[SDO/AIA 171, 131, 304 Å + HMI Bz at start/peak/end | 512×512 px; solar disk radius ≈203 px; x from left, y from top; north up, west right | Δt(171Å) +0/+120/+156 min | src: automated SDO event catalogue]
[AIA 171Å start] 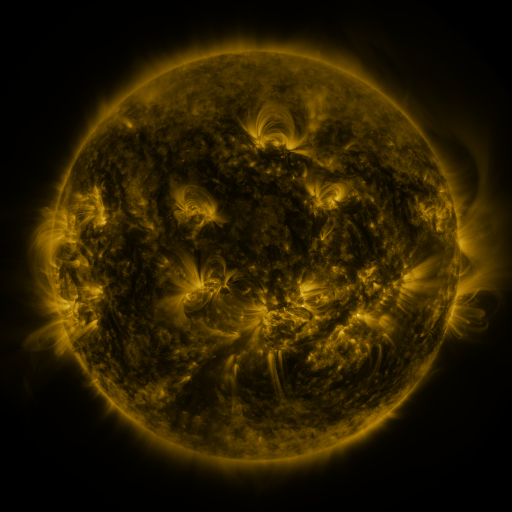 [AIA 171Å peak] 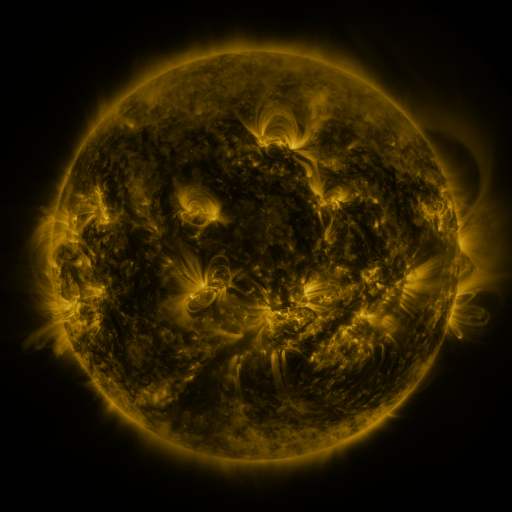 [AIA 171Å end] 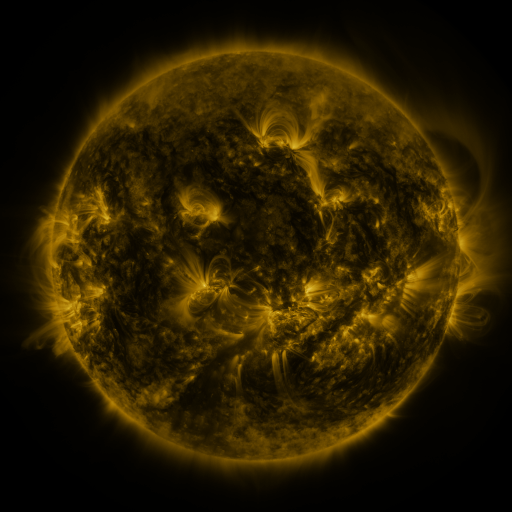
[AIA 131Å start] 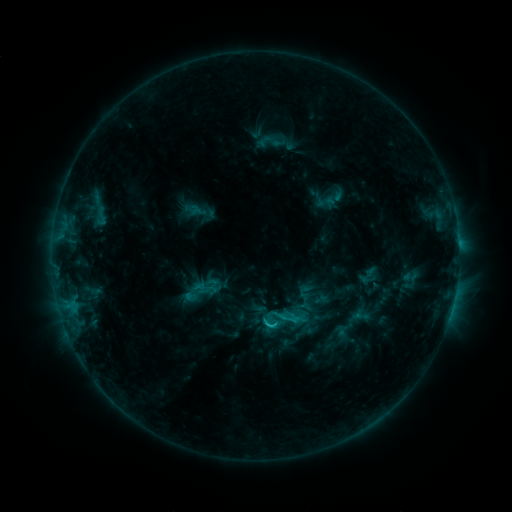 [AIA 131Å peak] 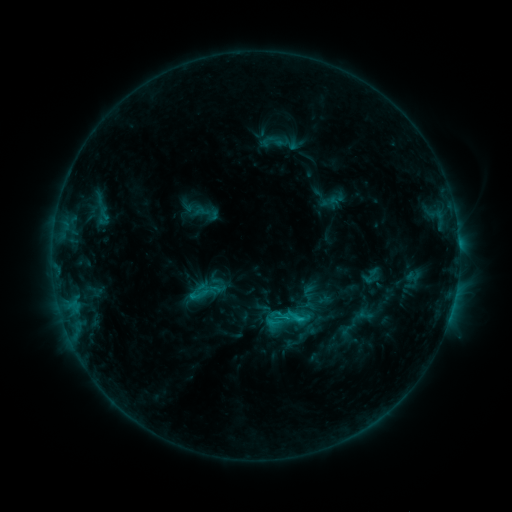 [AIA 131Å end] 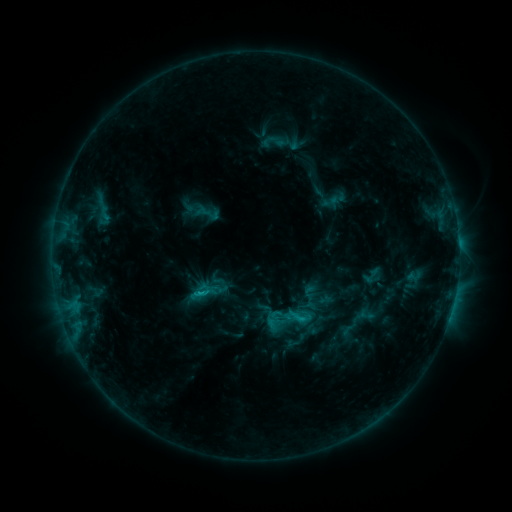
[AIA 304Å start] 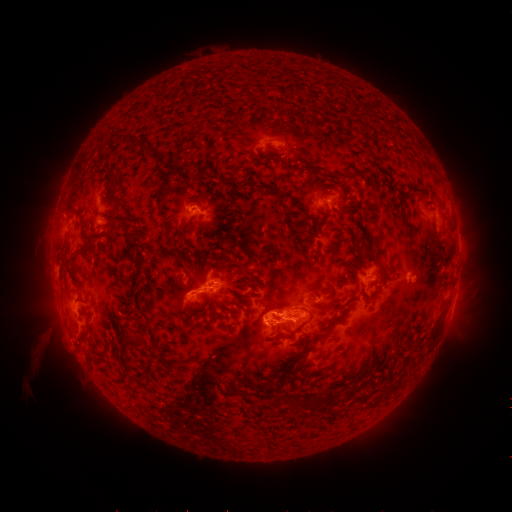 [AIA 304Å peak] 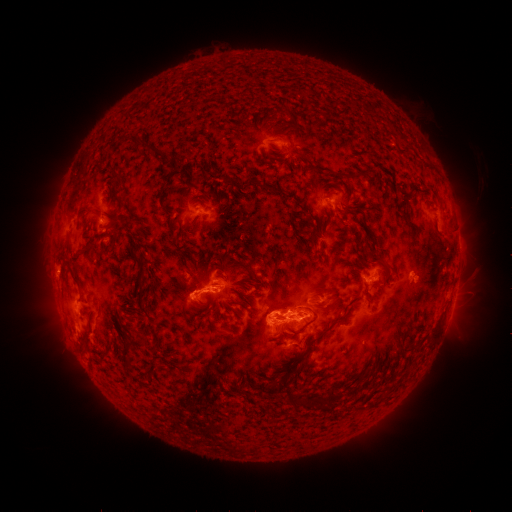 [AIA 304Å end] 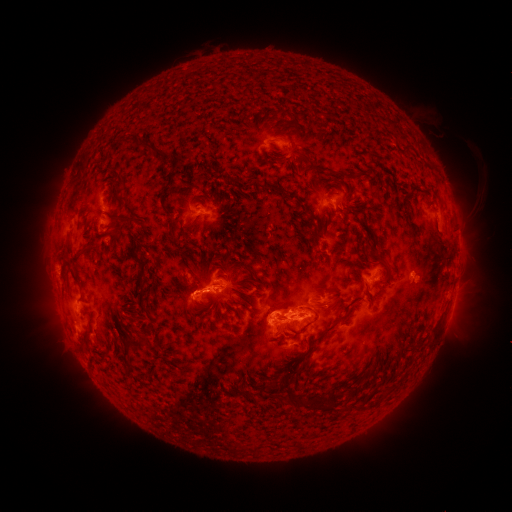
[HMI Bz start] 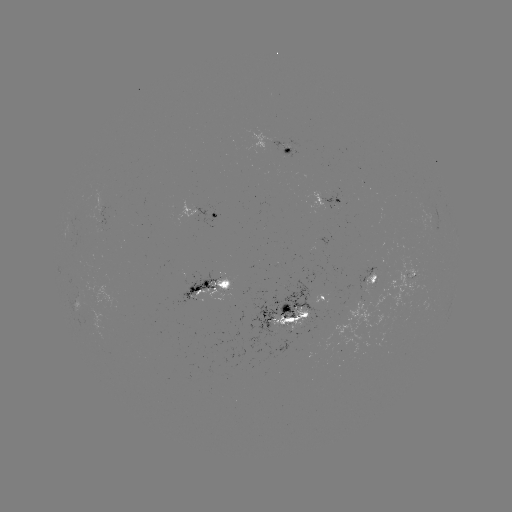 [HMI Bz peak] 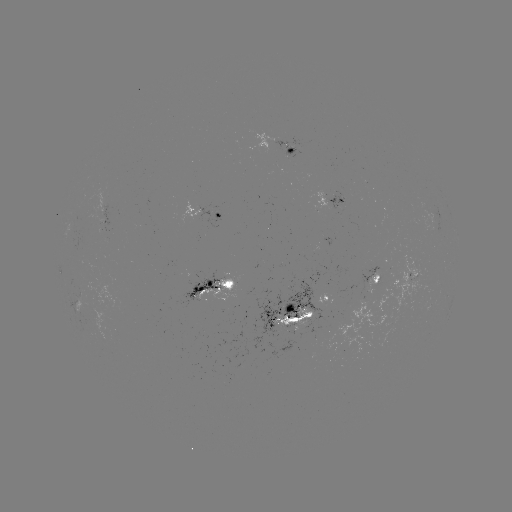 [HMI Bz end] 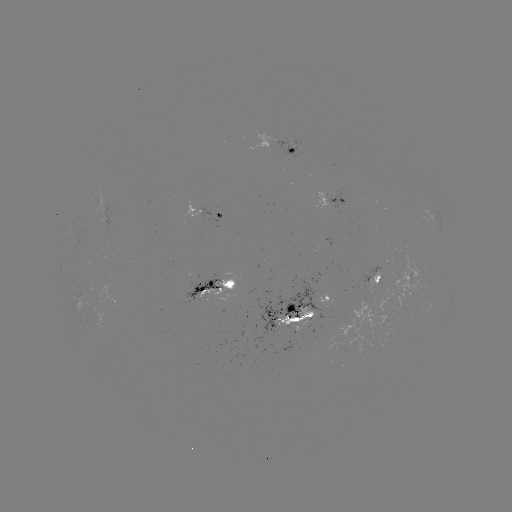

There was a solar emerging-flux region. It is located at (323, 198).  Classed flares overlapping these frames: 1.